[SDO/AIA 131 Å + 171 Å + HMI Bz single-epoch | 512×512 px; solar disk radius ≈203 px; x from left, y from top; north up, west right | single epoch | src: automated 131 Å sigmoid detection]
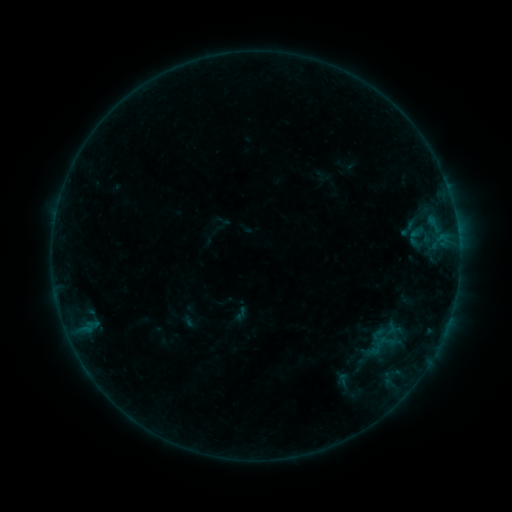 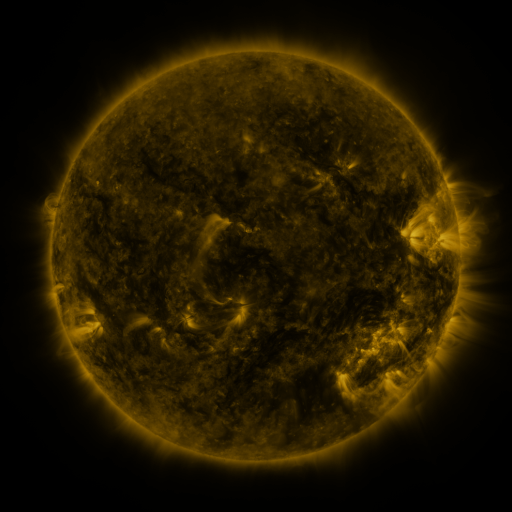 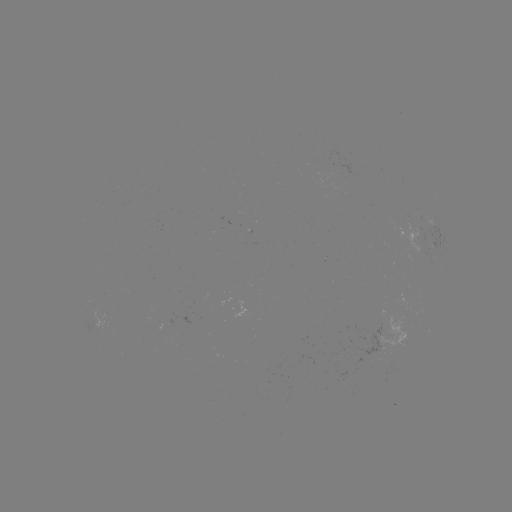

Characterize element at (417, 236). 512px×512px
sigmoid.